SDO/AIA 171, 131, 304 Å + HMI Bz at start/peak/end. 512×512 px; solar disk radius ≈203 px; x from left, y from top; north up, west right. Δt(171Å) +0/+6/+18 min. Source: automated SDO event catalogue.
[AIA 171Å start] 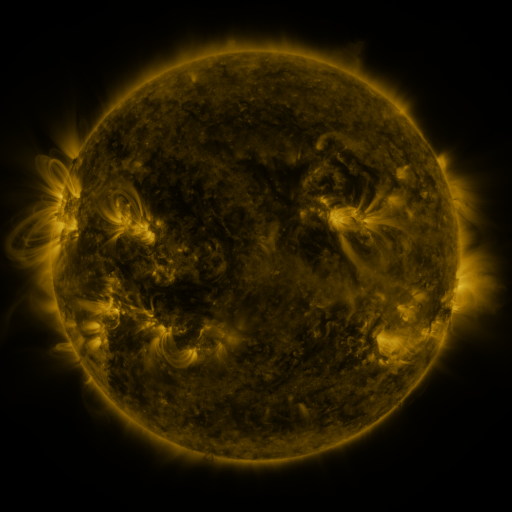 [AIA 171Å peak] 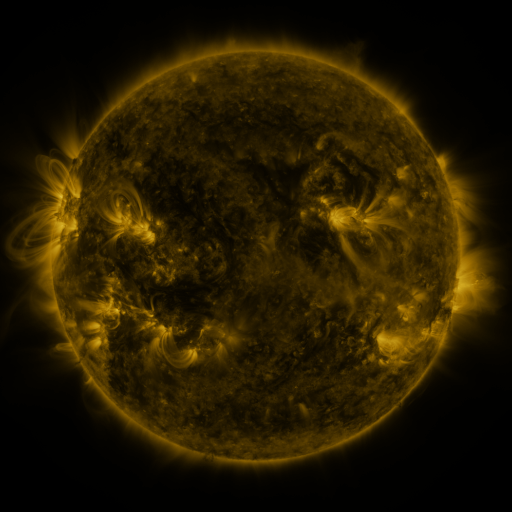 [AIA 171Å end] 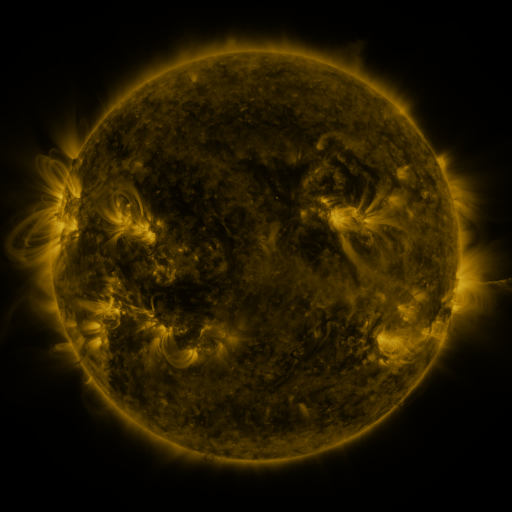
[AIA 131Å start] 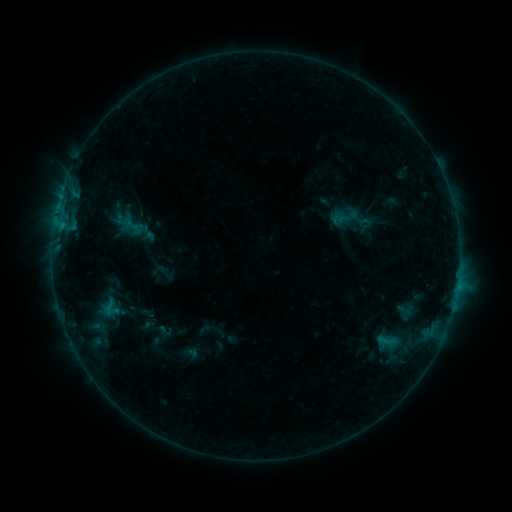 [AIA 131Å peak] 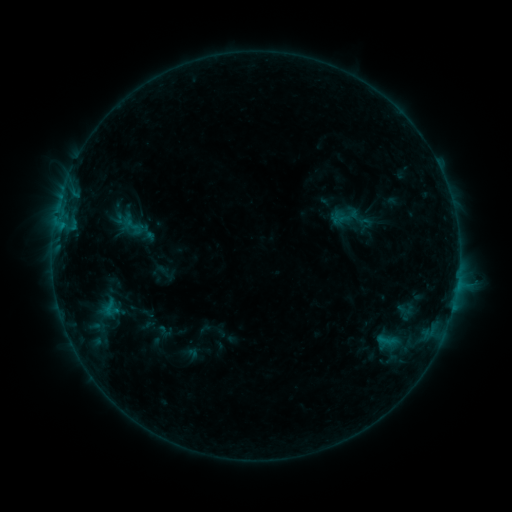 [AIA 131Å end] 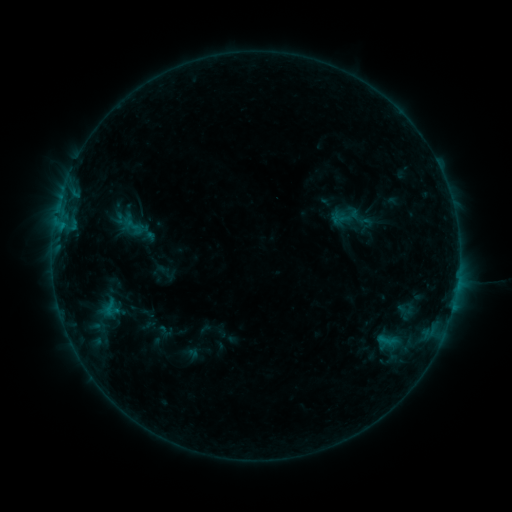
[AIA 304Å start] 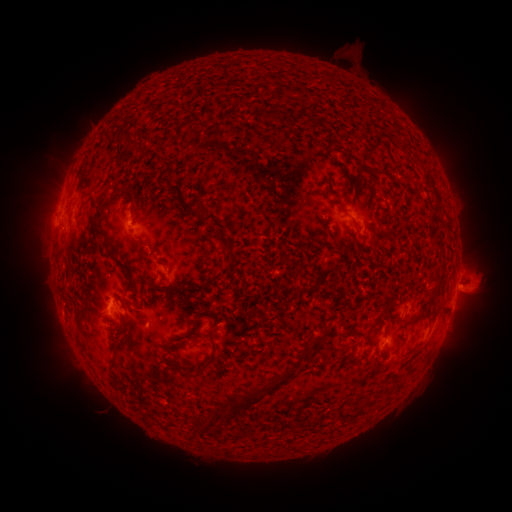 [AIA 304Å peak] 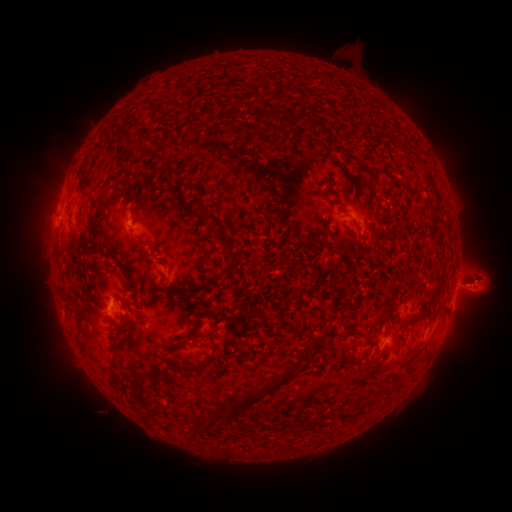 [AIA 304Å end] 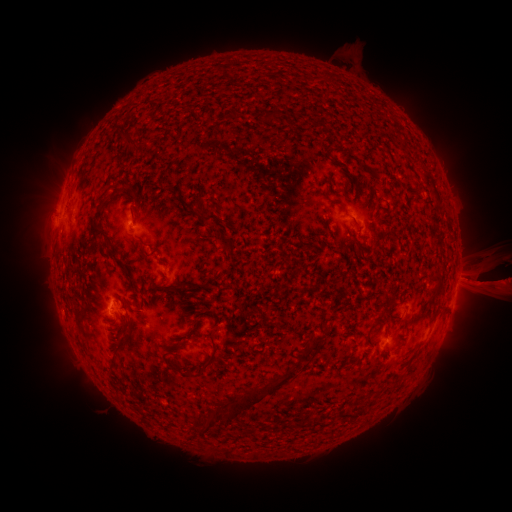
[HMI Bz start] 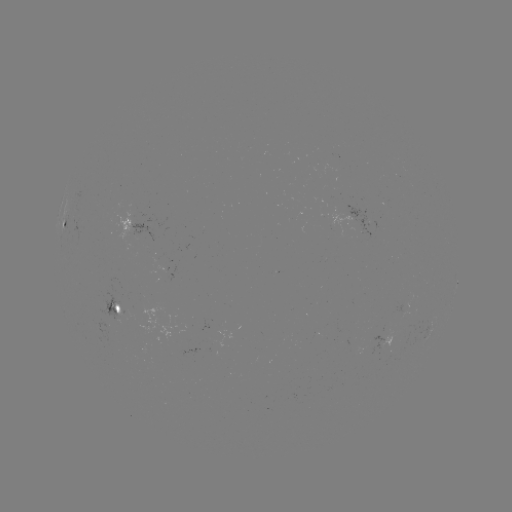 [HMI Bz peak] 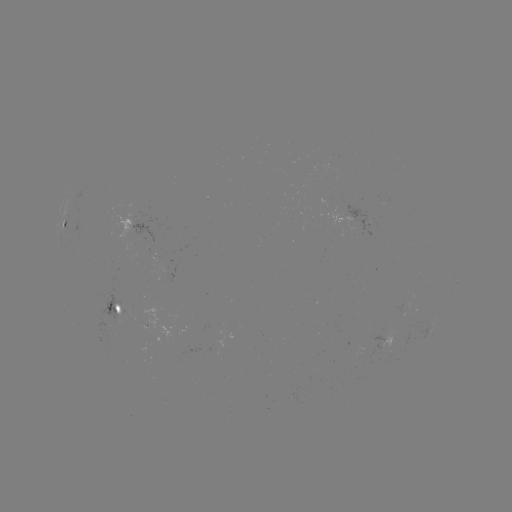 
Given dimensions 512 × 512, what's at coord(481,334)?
eruption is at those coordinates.